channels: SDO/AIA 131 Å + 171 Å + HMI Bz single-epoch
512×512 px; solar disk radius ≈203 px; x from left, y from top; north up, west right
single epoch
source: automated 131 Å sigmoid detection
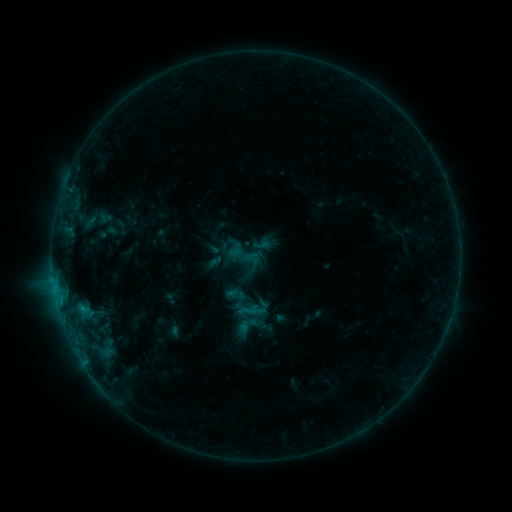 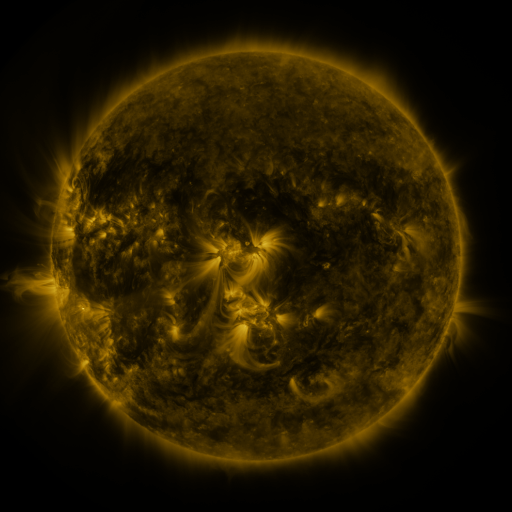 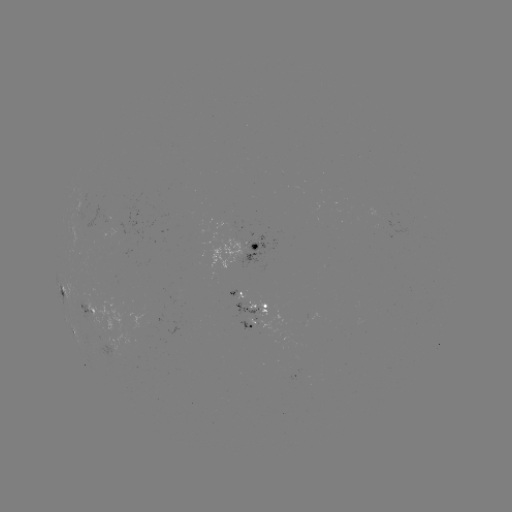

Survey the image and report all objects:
sigmoid: (246, 250, 262, 265)
sigmoid: (240, 314, 258, 332)
